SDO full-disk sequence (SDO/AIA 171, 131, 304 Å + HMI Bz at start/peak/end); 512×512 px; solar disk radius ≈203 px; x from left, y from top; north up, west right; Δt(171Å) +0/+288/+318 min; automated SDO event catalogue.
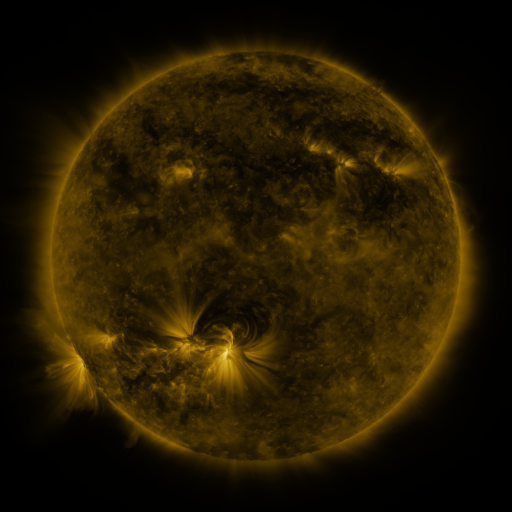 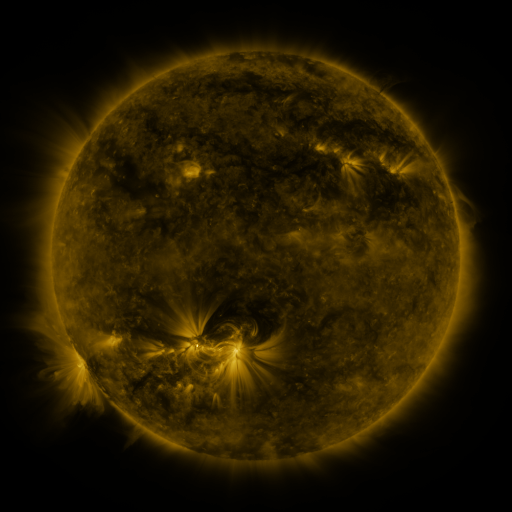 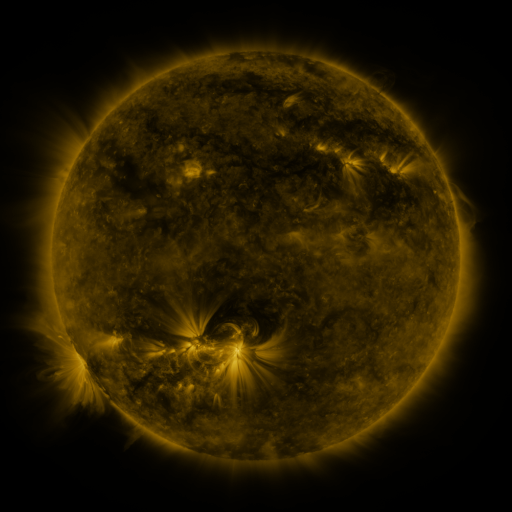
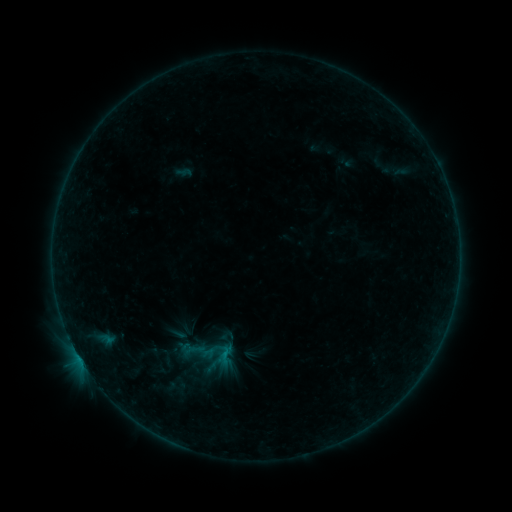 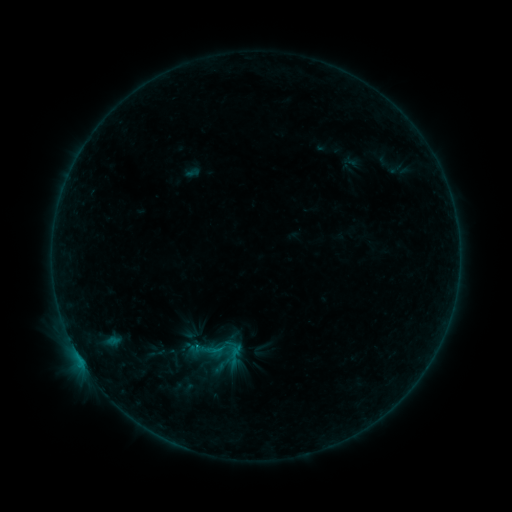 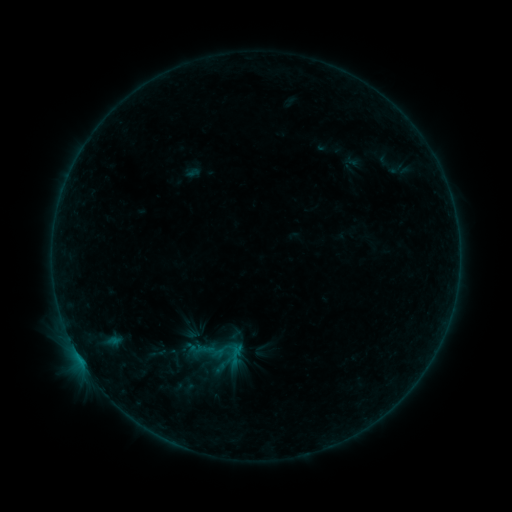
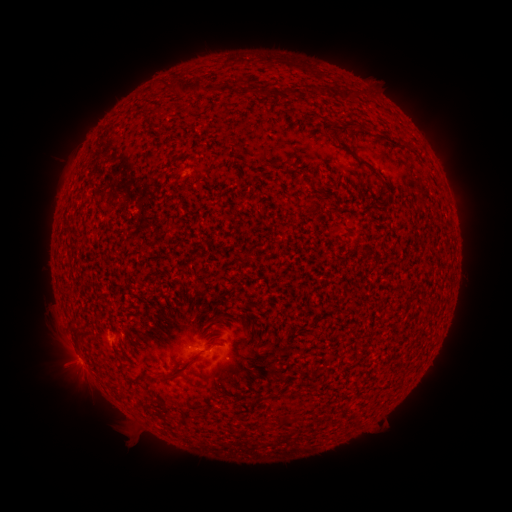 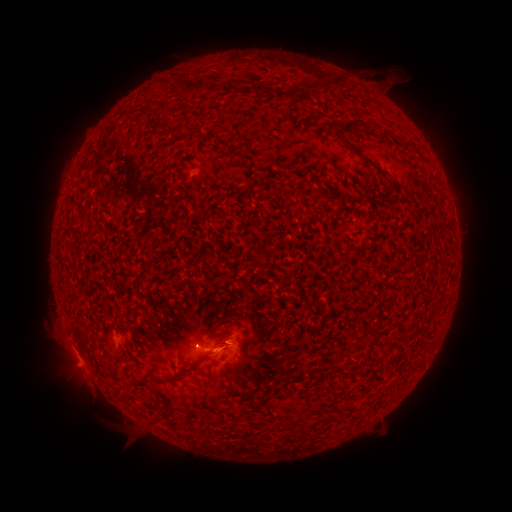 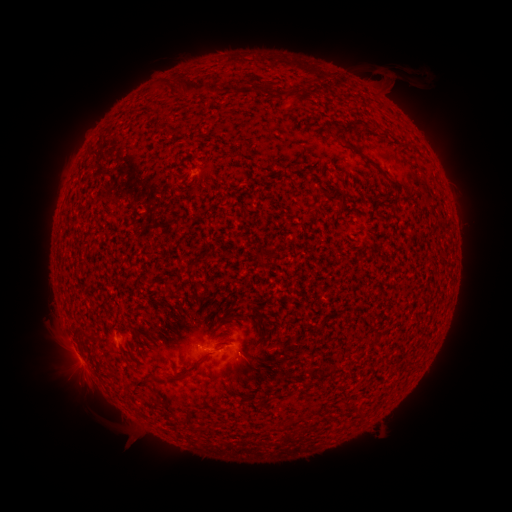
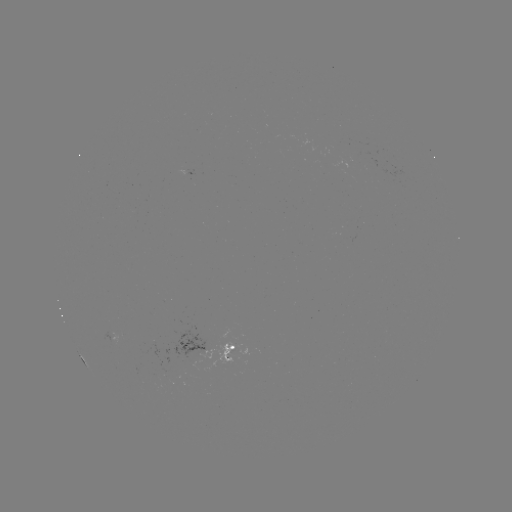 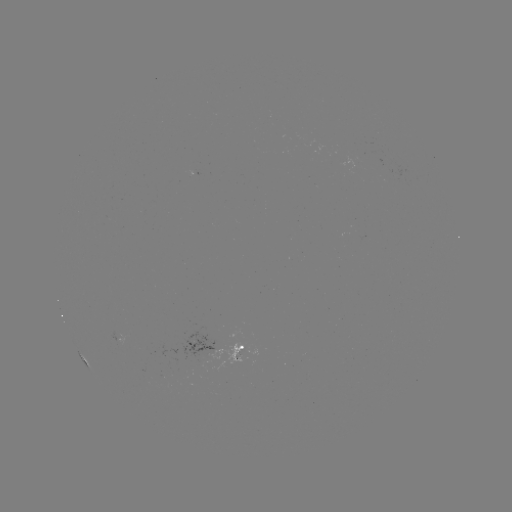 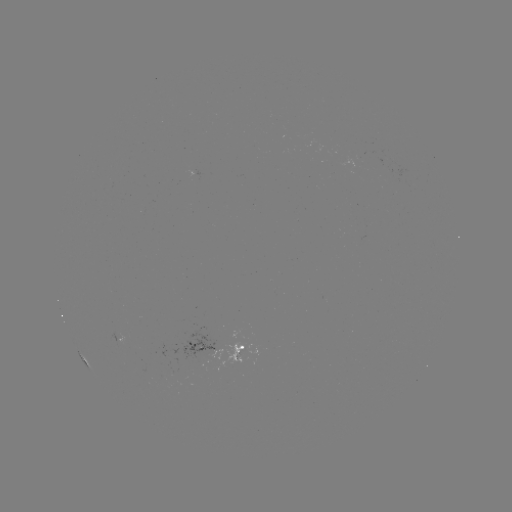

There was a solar flare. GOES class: B4.5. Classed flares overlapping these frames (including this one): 4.